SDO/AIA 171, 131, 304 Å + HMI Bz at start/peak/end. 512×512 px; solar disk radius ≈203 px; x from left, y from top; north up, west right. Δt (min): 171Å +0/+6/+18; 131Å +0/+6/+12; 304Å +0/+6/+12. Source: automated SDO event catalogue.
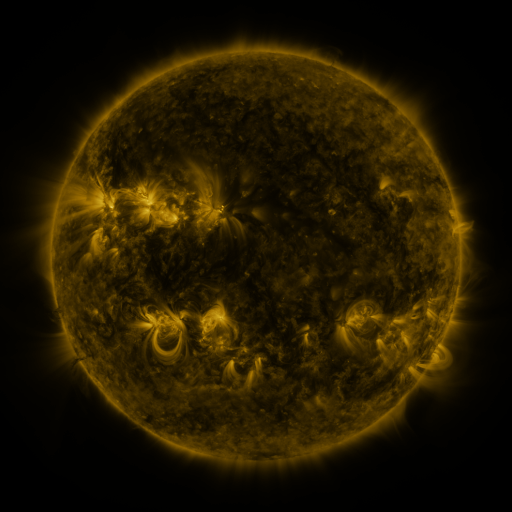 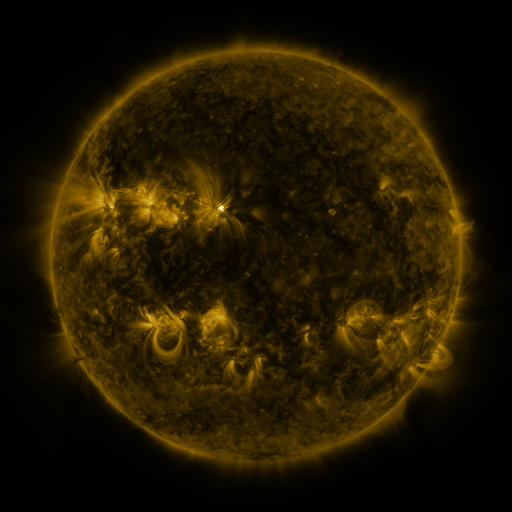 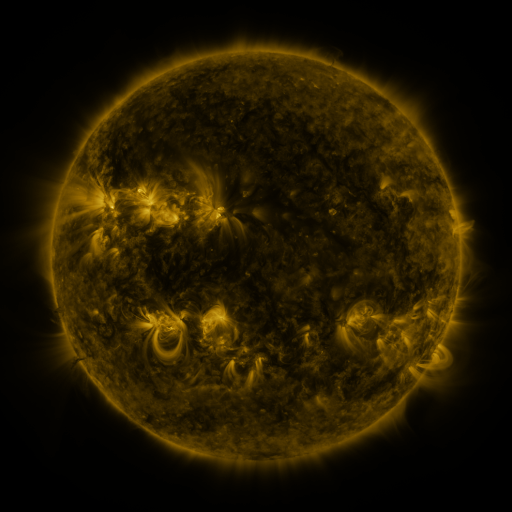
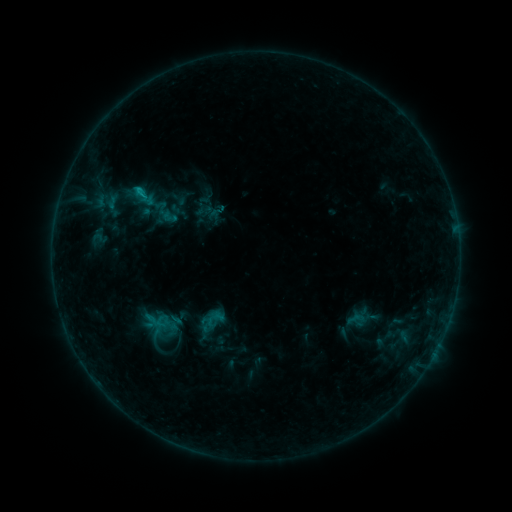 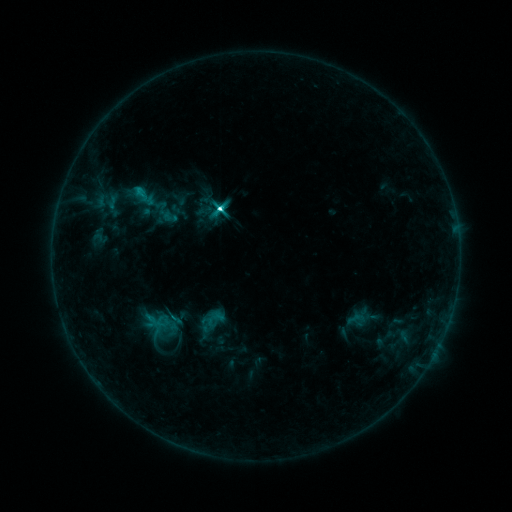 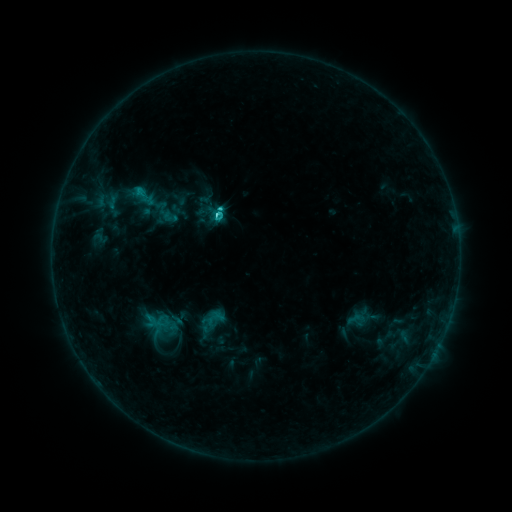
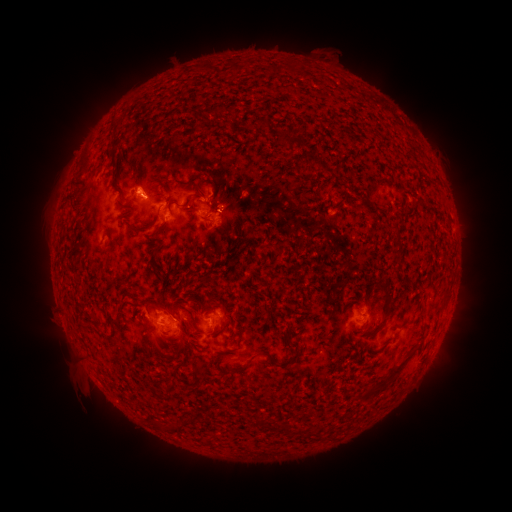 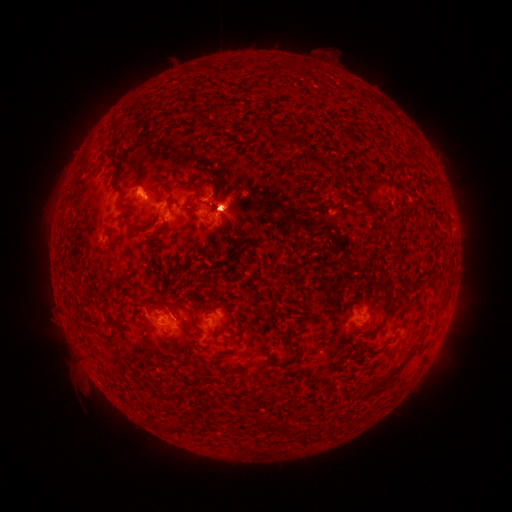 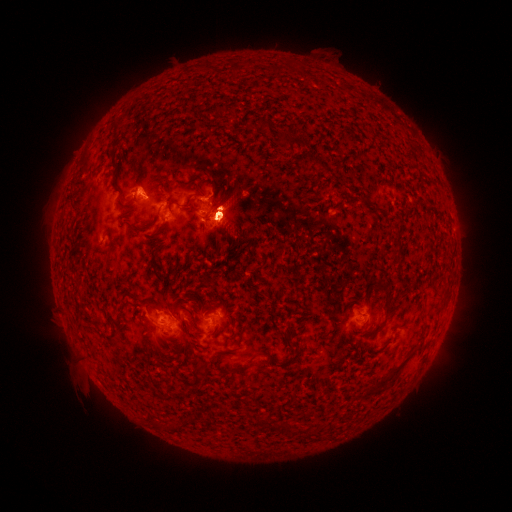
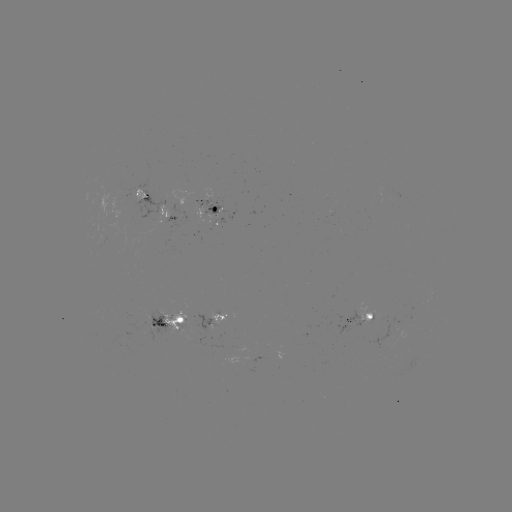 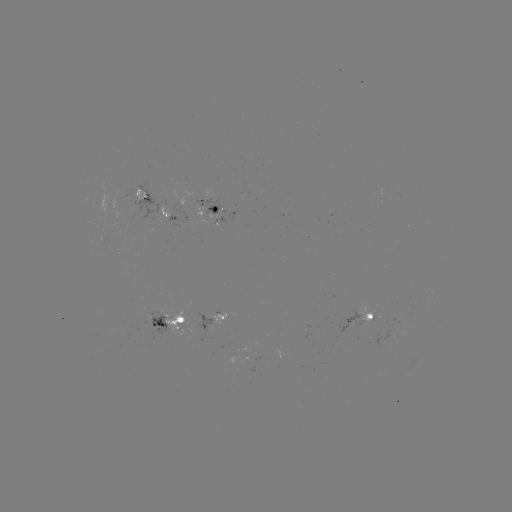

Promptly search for C5.4 flare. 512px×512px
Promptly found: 221,209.